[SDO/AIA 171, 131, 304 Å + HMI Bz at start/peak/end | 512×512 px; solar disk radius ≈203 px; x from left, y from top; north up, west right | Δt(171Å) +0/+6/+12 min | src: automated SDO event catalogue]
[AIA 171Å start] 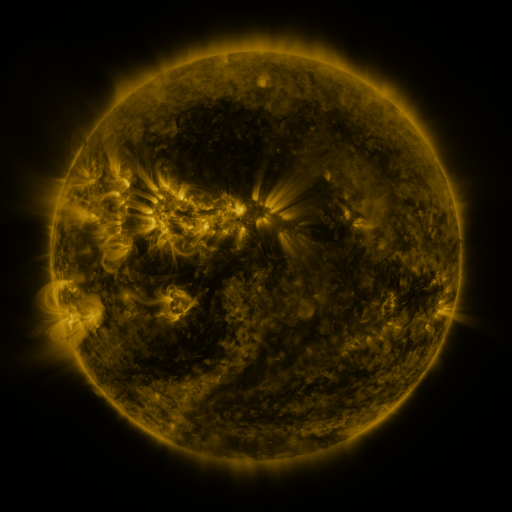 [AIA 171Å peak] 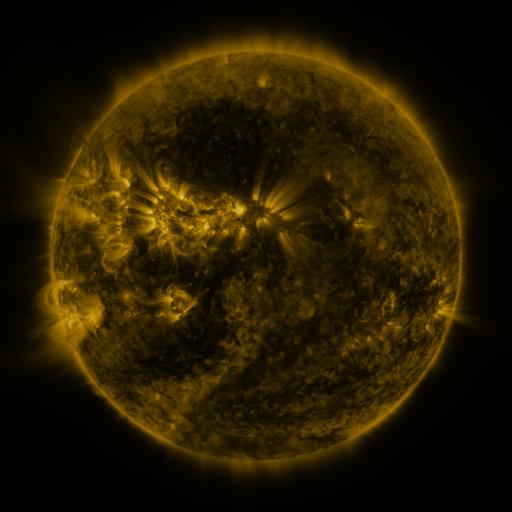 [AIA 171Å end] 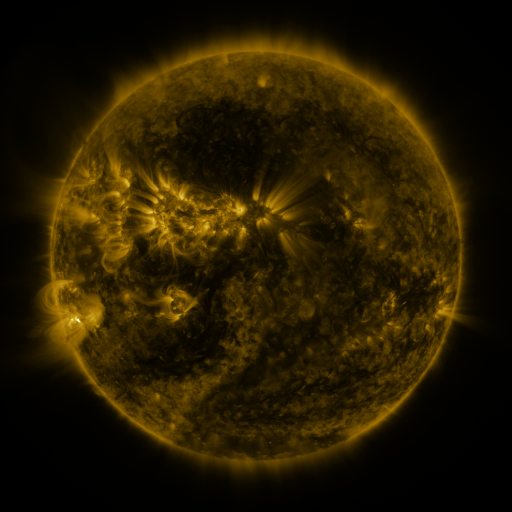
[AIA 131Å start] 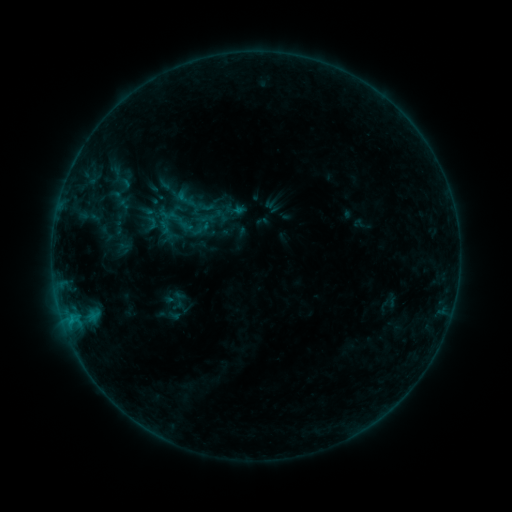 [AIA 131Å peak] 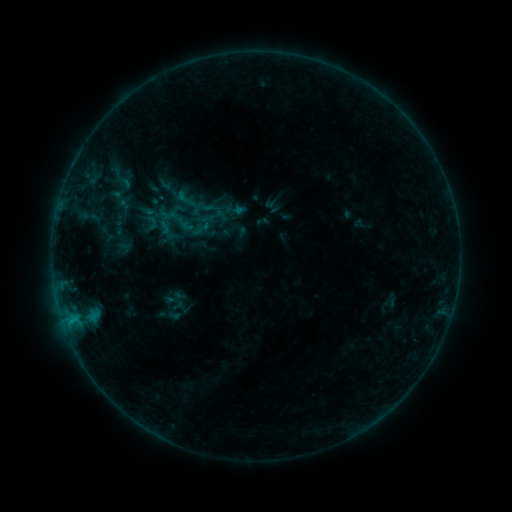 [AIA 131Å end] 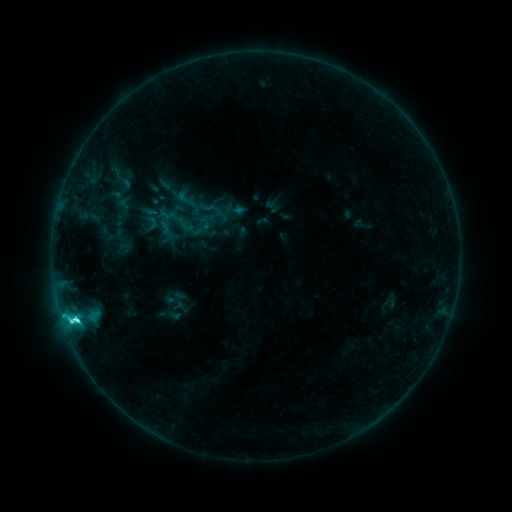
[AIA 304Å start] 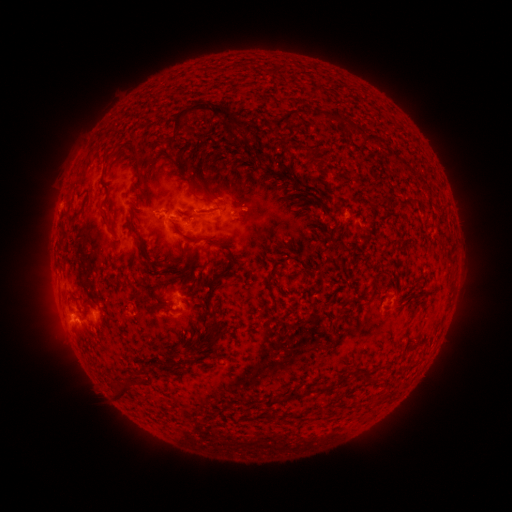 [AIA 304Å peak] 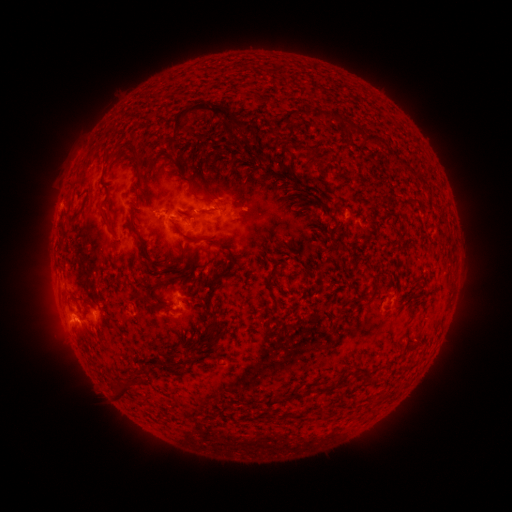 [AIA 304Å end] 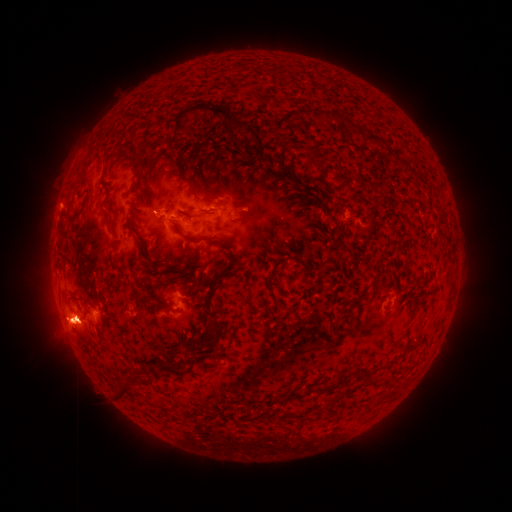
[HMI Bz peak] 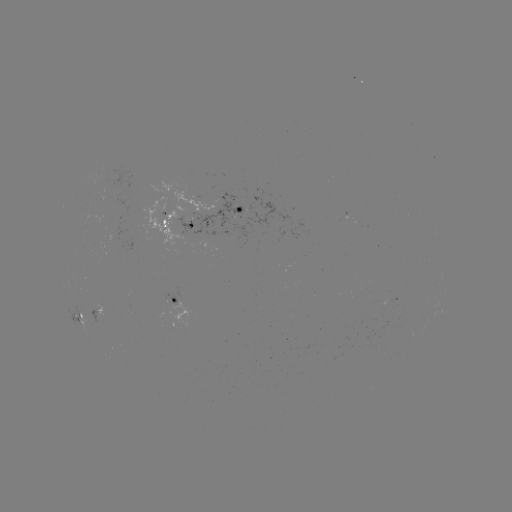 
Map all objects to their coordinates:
M1.5 flare: (76, 319)
